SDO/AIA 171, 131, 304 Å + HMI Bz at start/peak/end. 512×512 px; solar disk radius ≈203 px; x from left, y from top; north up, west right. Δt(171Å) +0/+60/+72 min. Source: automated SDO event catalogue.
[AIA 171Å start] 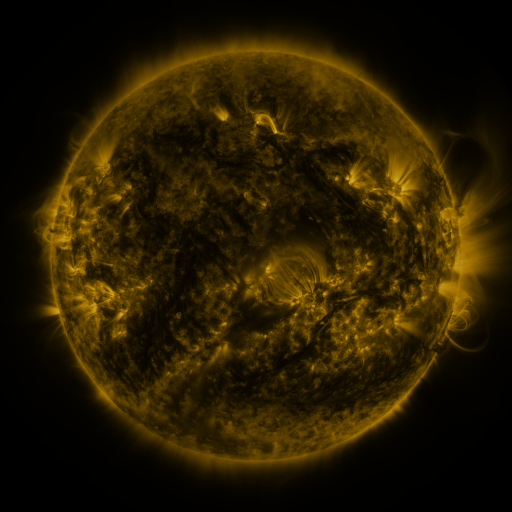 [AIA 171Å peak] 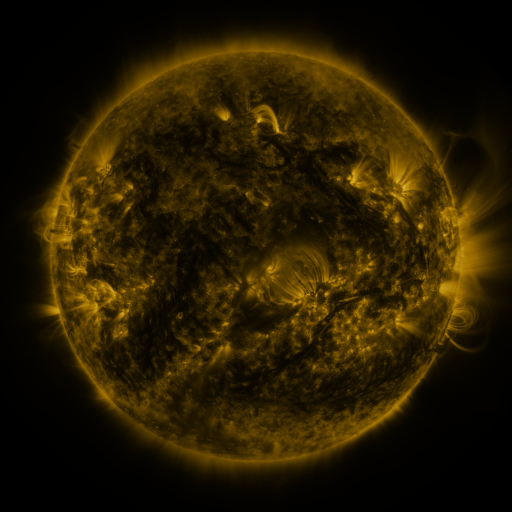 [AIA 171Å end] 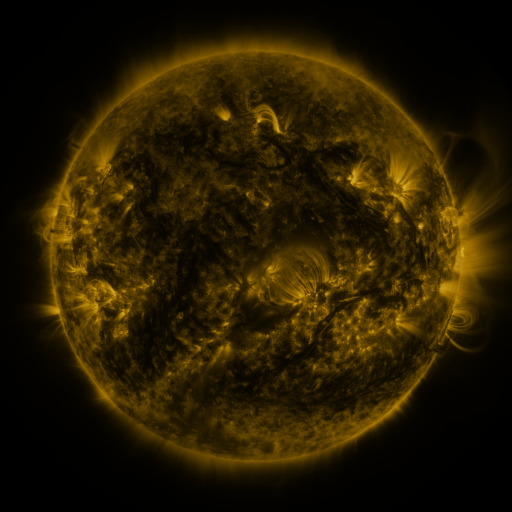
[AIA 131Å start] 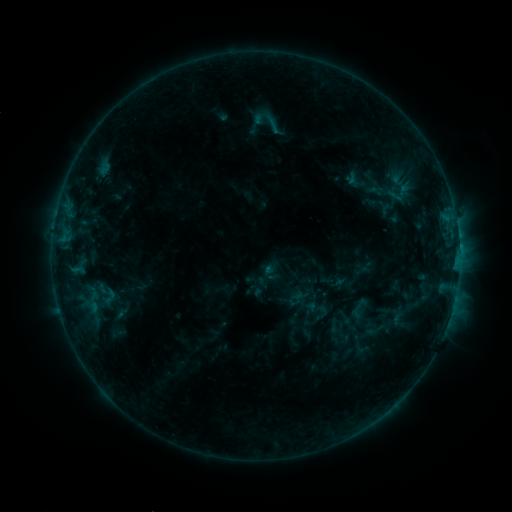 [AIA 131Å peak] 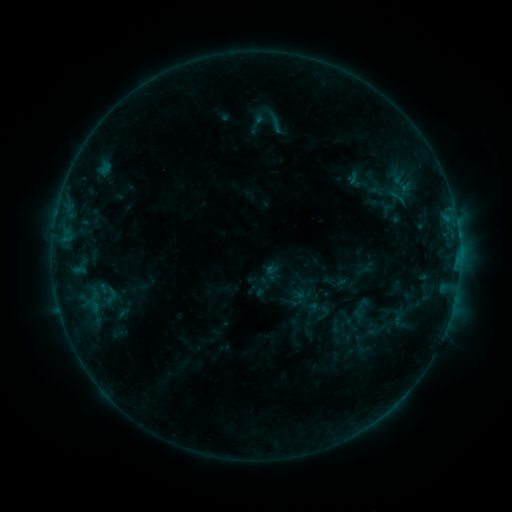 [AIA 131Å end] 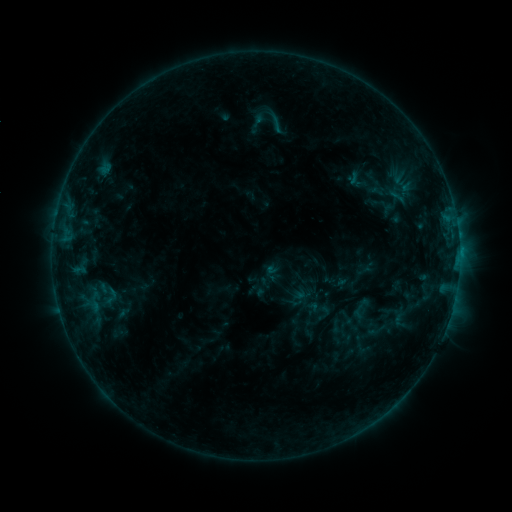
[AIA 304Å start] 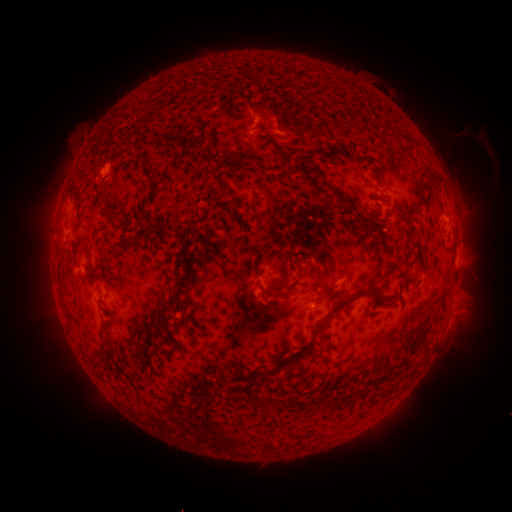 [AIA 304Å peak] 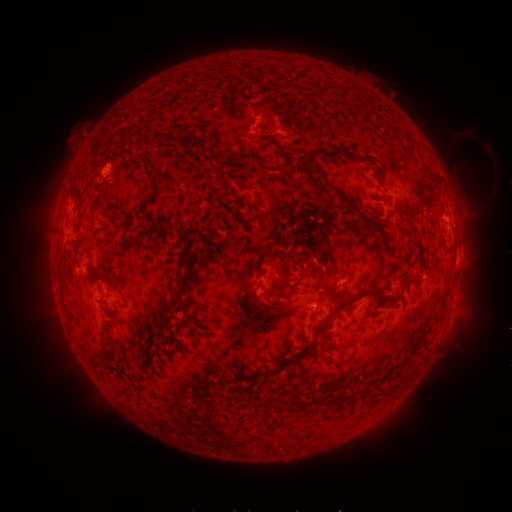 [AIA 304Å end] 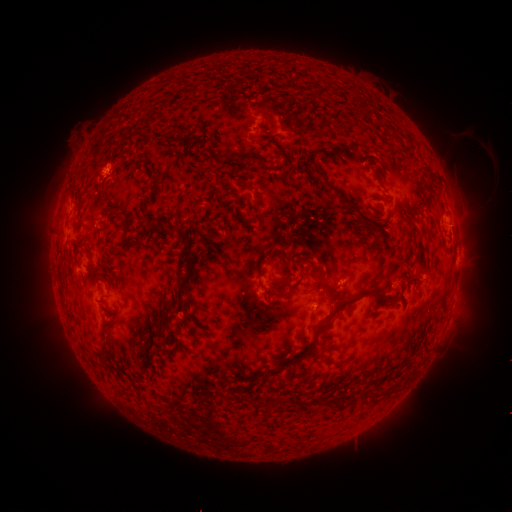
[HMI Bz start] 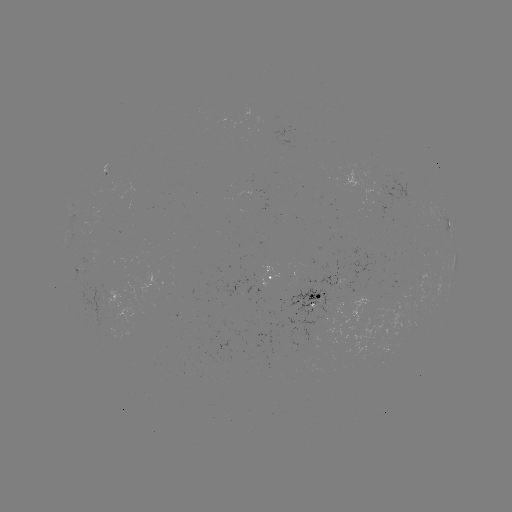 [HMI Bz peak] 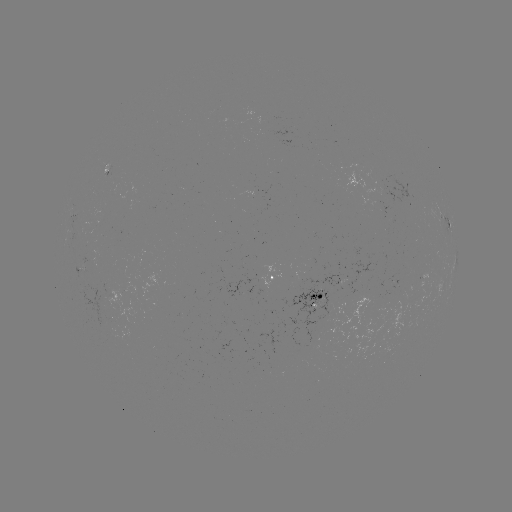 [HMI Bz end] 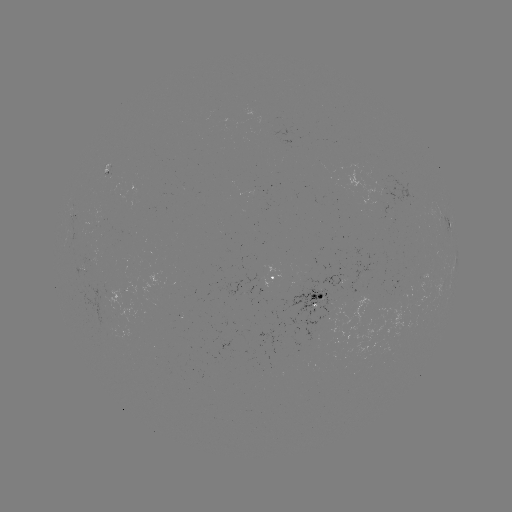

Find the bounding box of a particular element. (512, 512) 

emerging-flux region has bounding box [121, 283, 138, 294].